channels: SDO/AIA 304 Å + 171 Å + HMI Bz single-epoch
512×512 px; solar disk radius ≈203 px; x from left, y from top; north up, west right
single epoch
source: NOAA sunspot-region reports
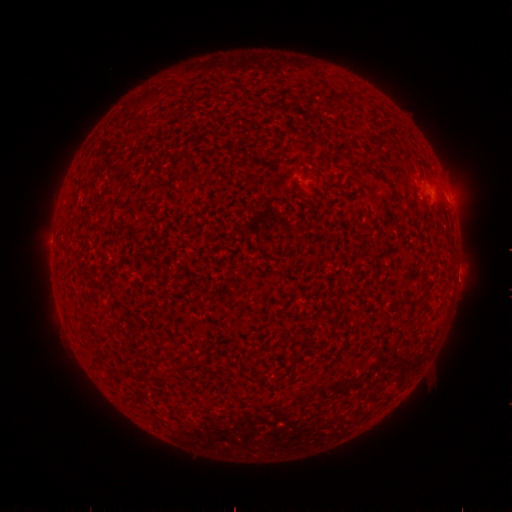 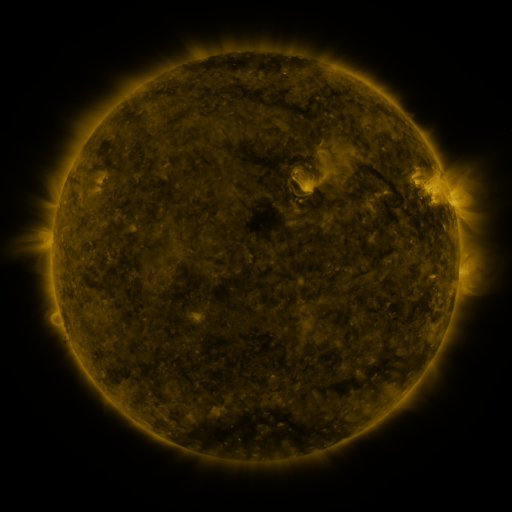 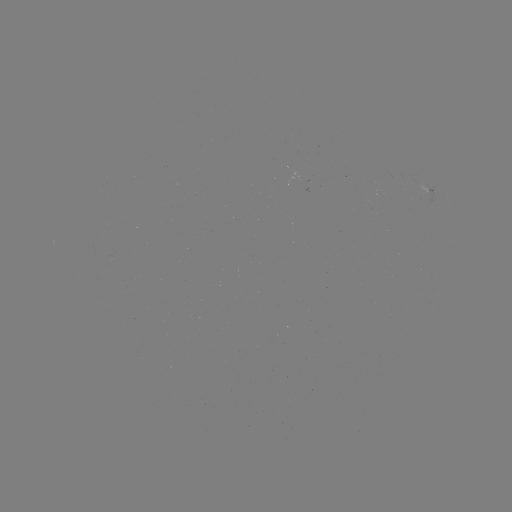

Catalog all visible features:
spotted active region: (431, 190)
spotted active region: (451, 201)
